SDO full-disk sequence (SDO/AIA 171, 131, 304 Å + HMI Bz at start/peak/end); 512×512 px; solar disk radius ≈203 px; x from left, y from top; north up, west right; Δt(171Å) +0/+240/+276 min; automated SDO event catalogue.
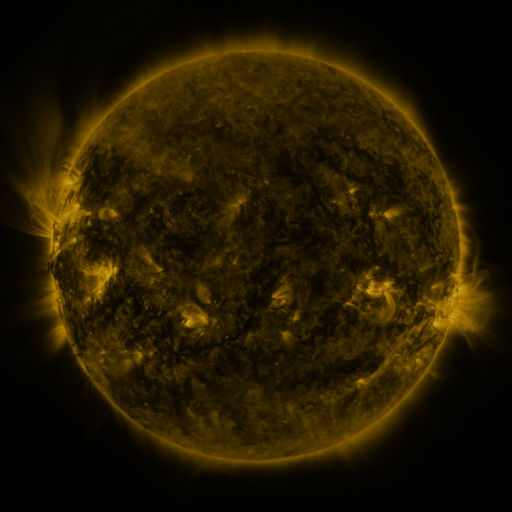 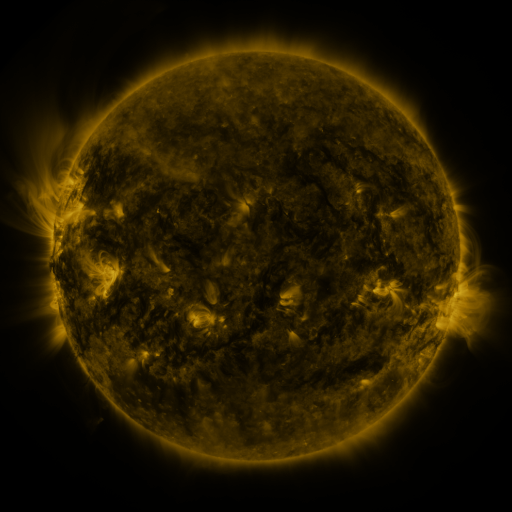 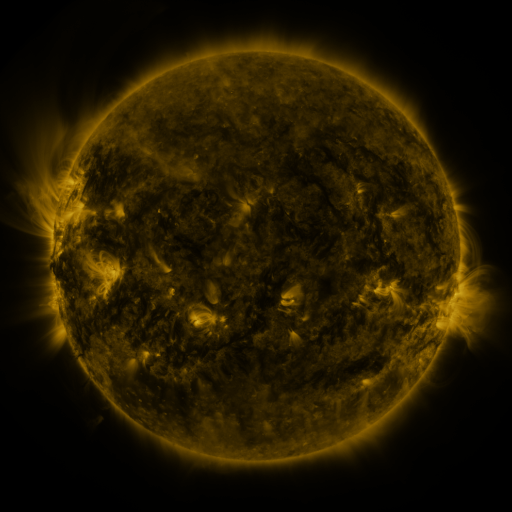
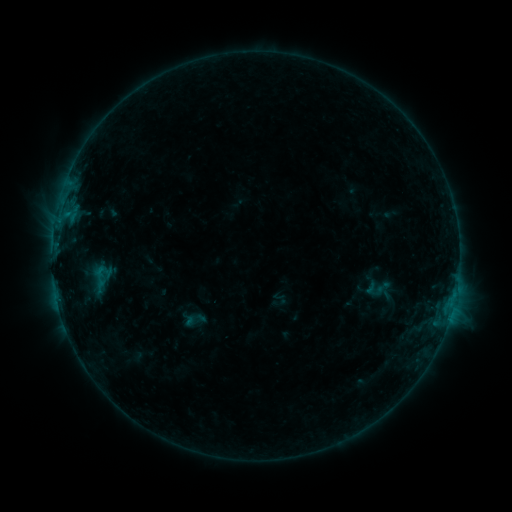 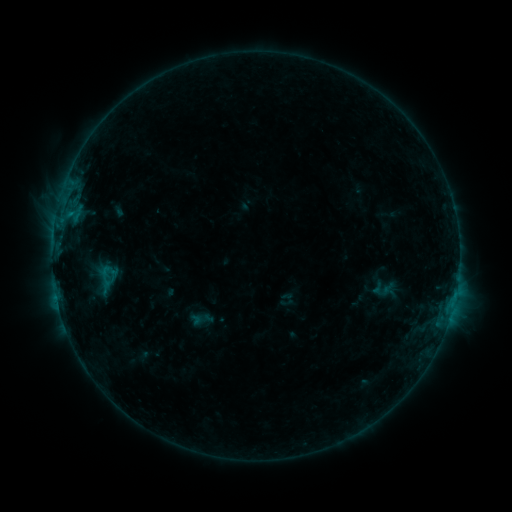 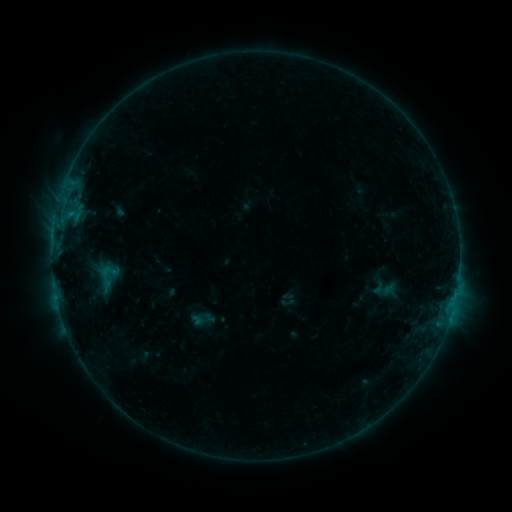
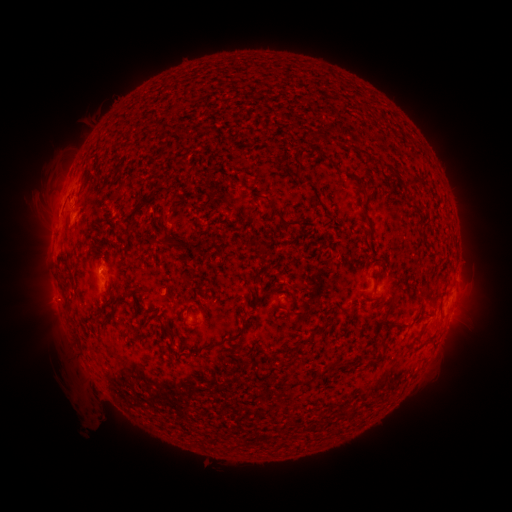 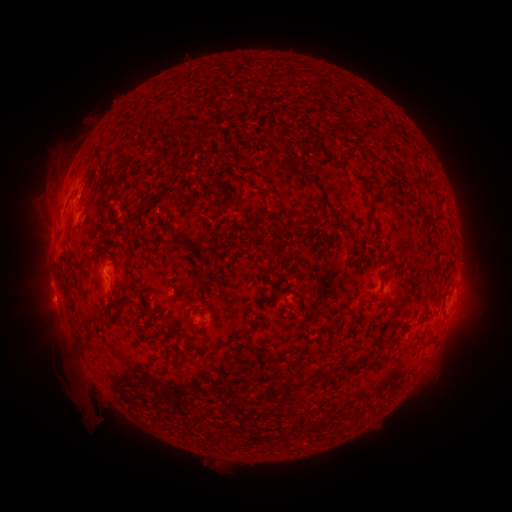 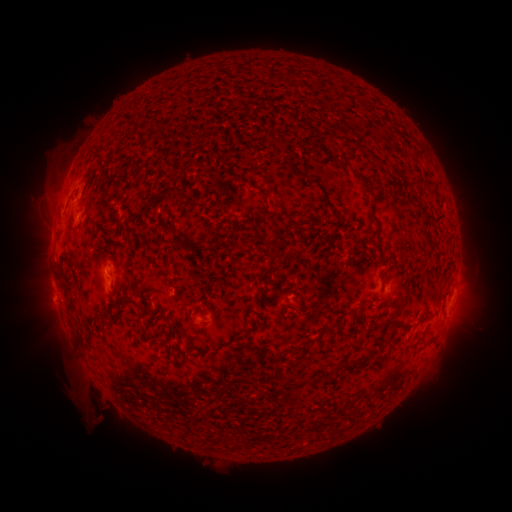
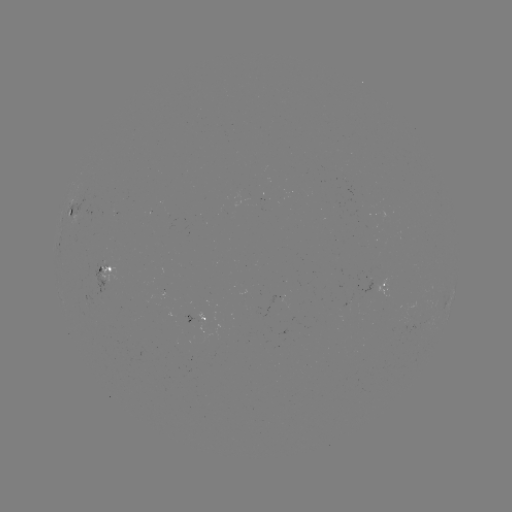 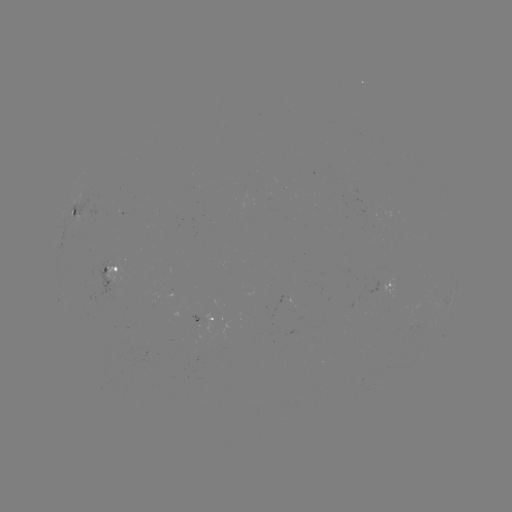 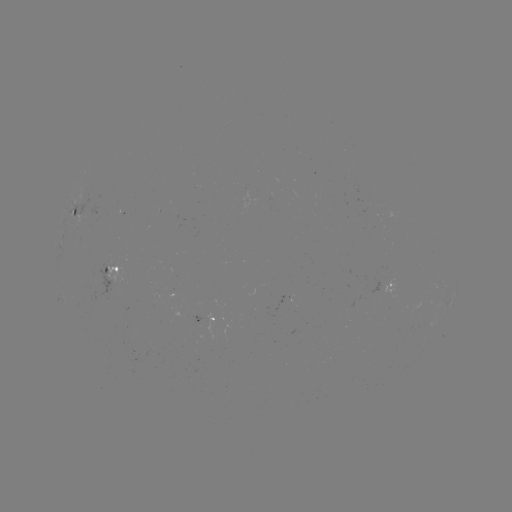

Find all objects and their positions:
emerging-flux region: (171, 292)
